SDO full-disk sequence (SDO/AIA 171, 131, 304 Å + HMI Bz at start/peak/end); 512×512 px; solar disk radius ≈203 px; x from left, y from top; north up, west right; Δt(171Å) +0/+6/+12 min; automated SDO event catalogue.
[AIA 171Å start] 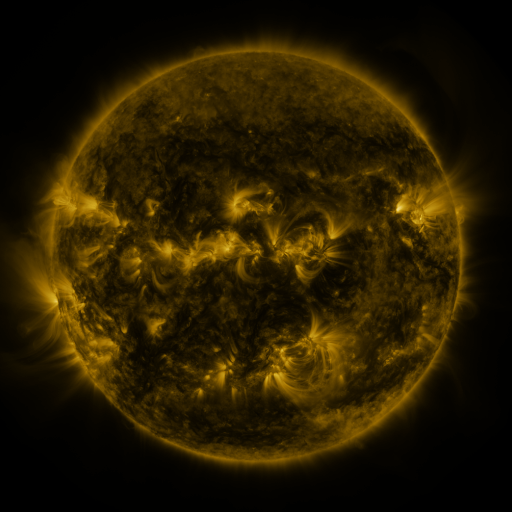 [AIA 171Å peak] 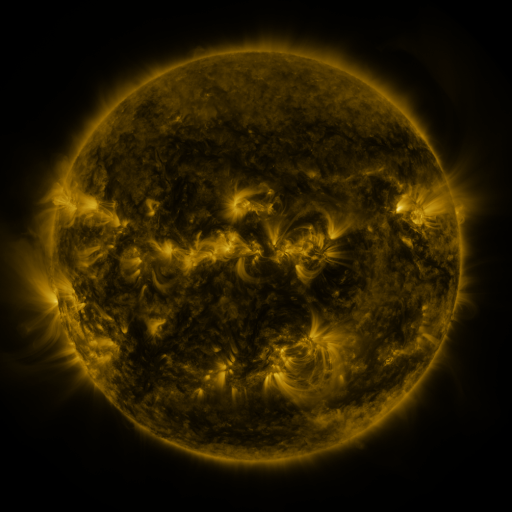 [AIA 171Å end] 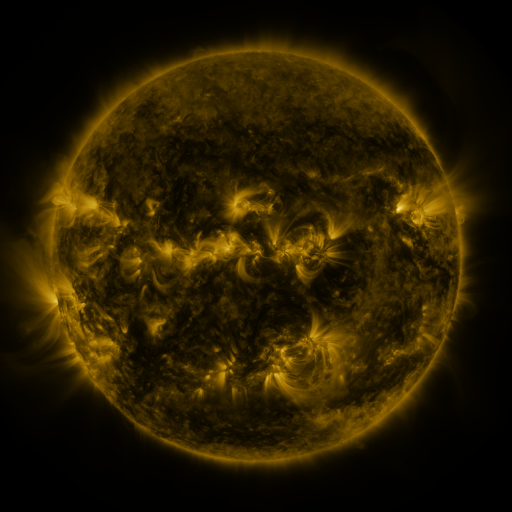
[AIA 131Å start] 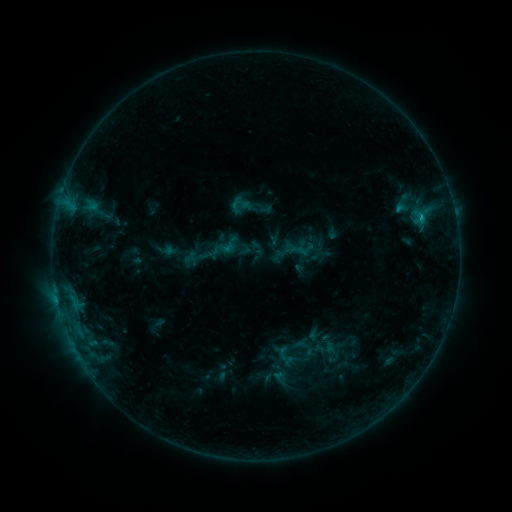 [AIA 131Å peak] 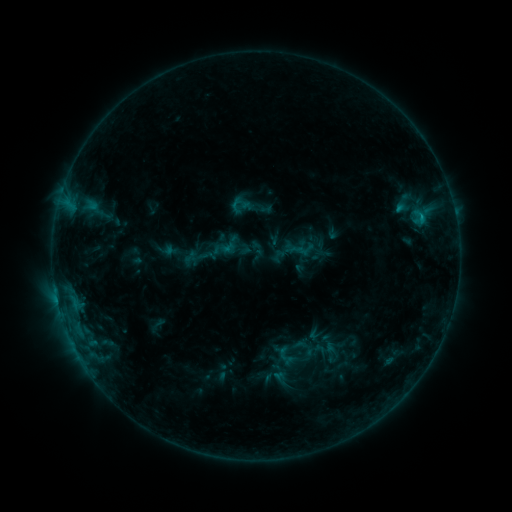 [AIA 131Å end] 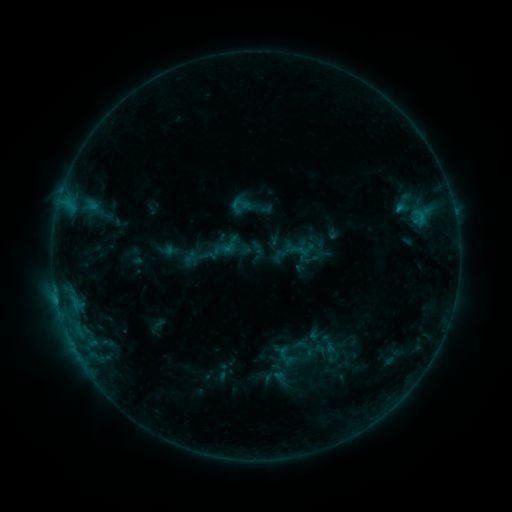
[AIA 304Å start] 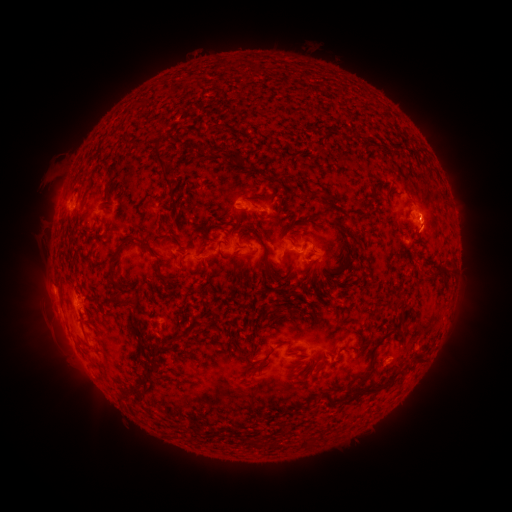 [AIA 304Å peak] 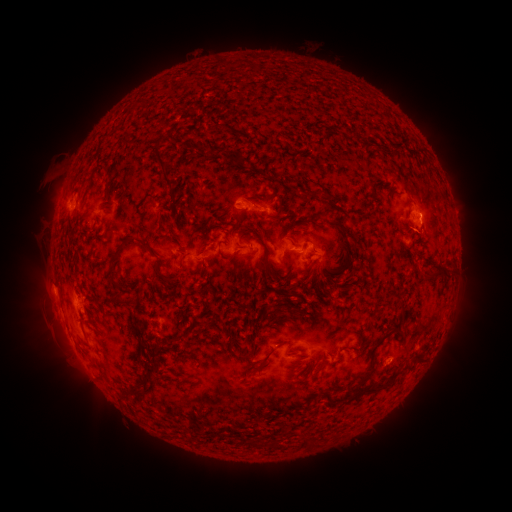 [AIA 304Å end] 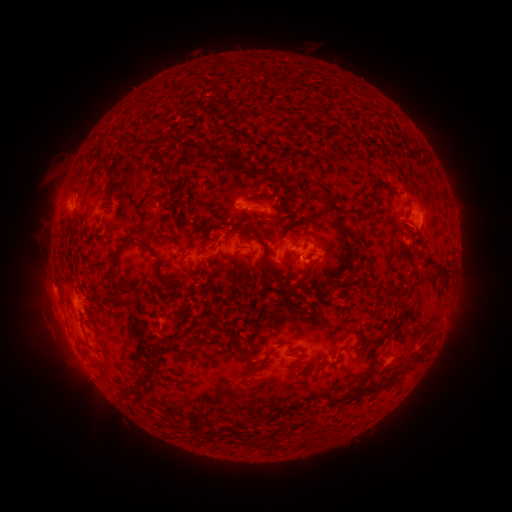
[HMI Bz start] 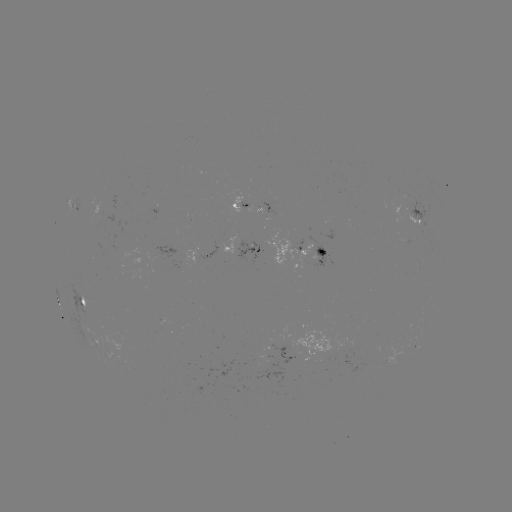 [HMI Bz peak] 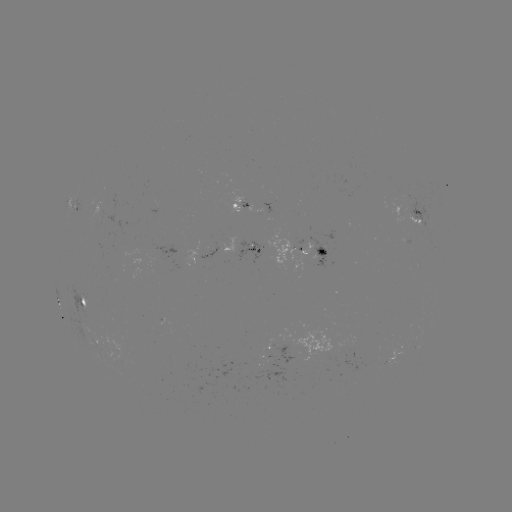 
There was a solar eruption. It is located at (47, 287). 